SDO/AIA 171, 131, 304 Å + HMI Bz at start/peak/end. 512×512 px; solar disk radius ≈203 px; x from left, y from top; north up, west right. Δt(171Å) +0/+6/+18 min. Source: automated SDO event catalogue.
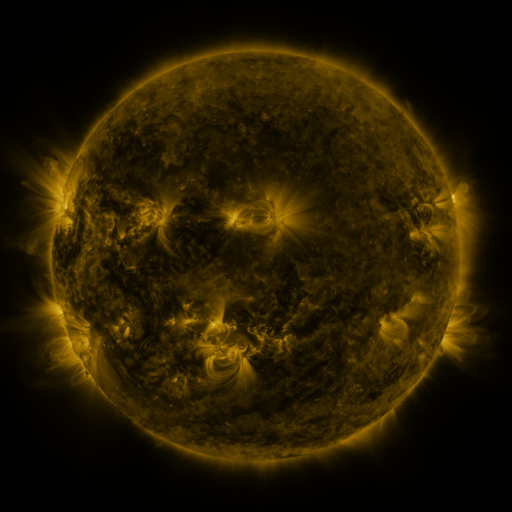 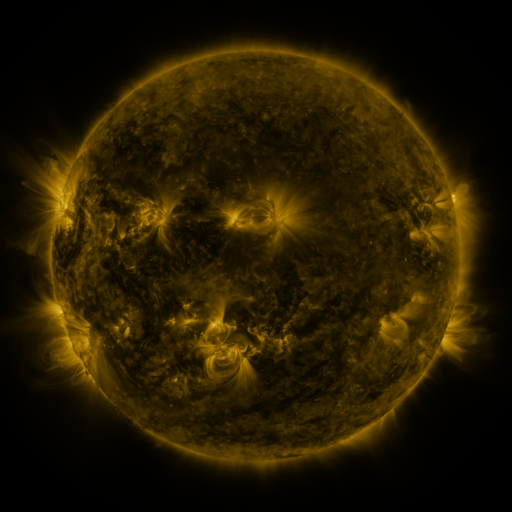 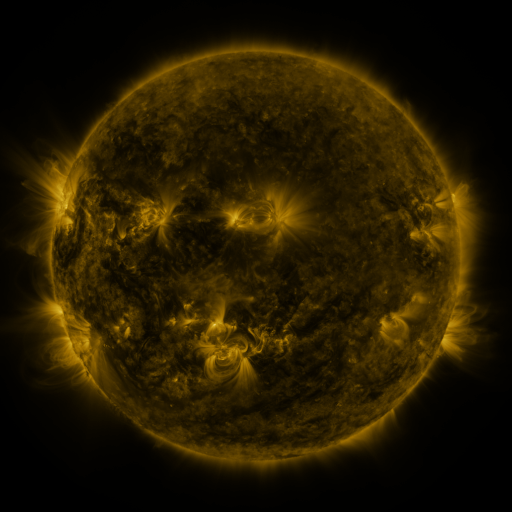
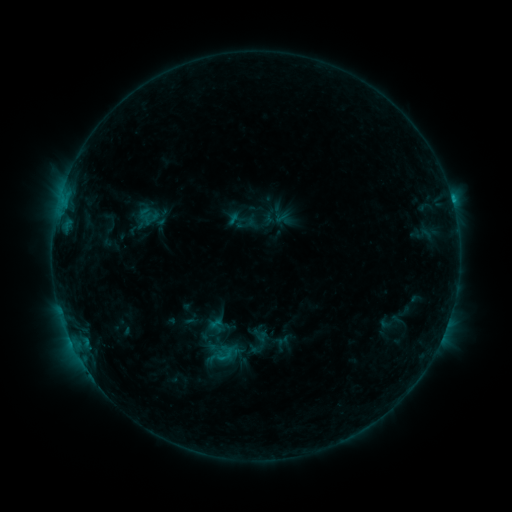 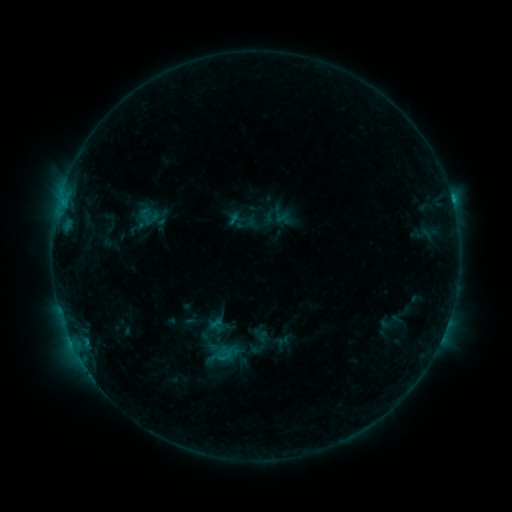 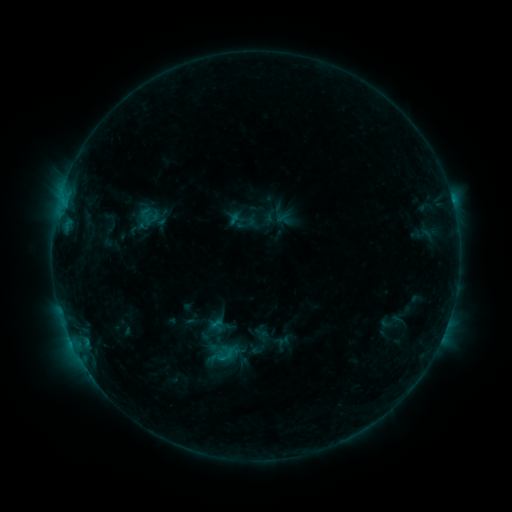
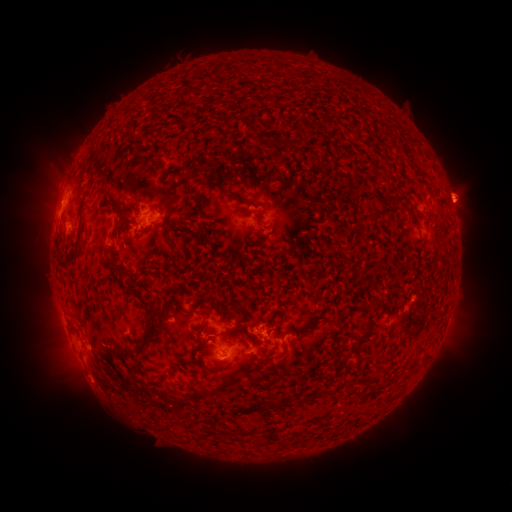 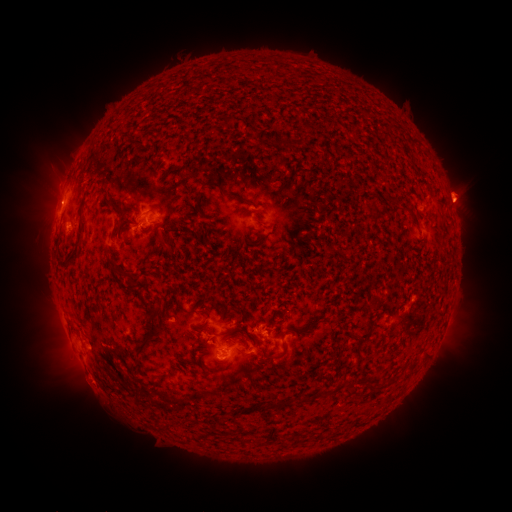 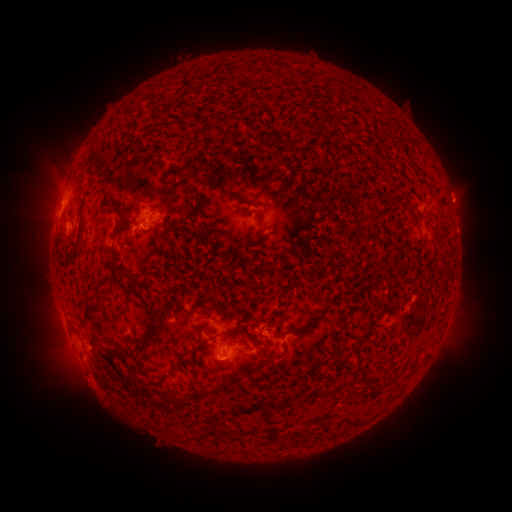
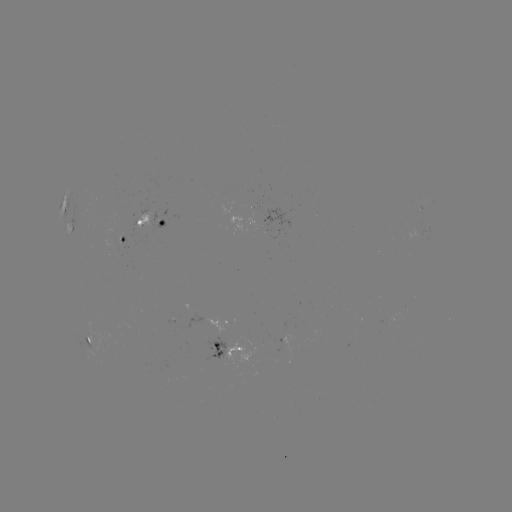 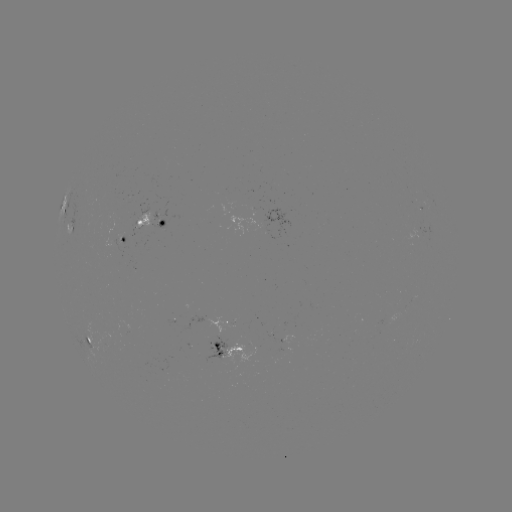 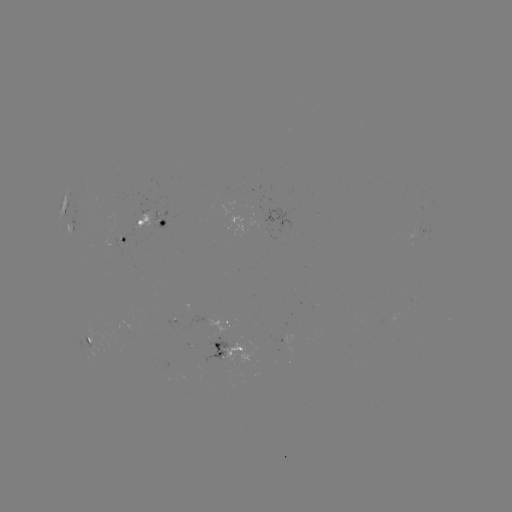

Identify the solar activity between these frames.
eruption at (92, 387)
